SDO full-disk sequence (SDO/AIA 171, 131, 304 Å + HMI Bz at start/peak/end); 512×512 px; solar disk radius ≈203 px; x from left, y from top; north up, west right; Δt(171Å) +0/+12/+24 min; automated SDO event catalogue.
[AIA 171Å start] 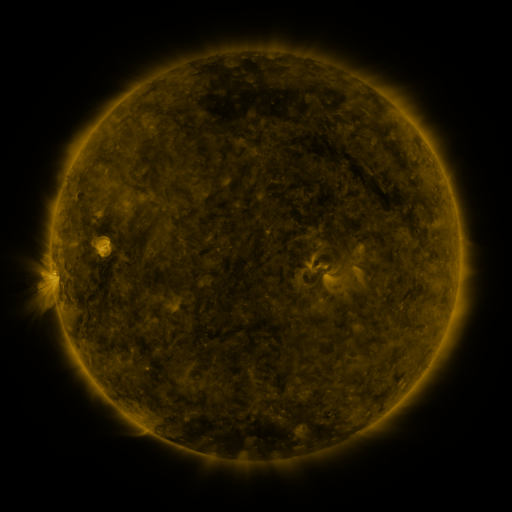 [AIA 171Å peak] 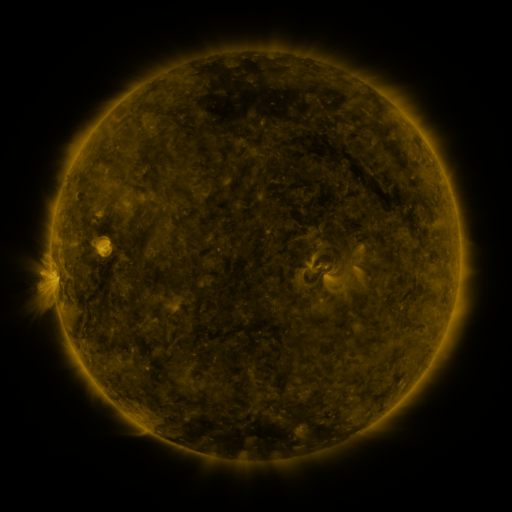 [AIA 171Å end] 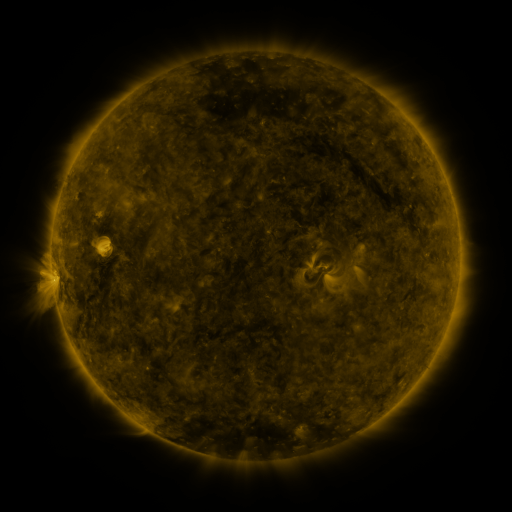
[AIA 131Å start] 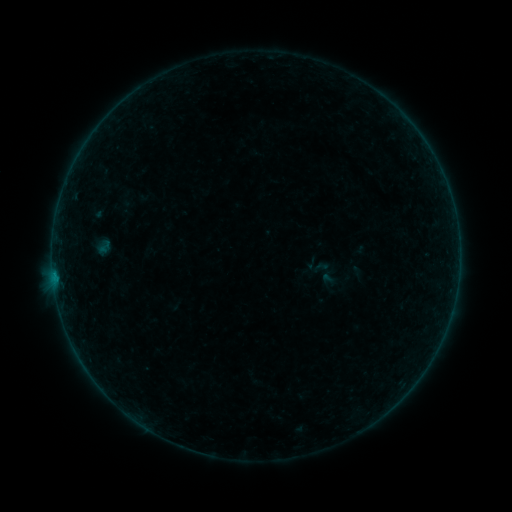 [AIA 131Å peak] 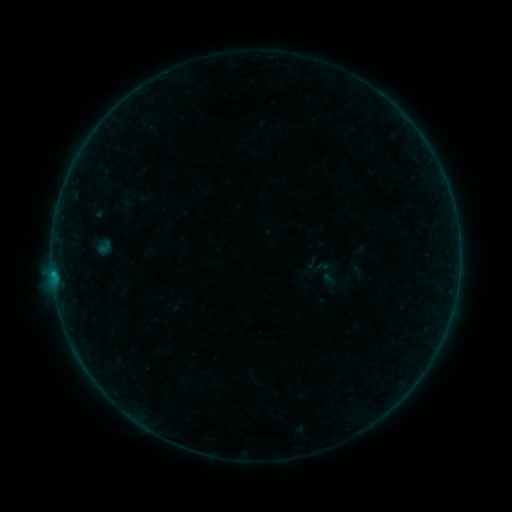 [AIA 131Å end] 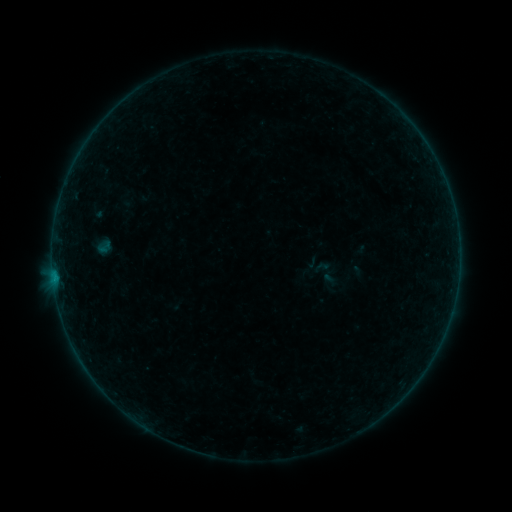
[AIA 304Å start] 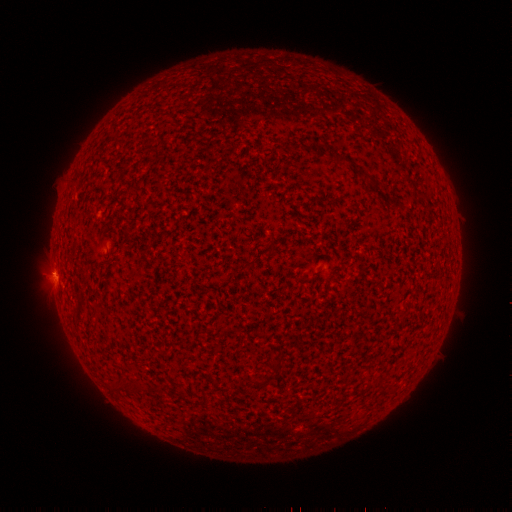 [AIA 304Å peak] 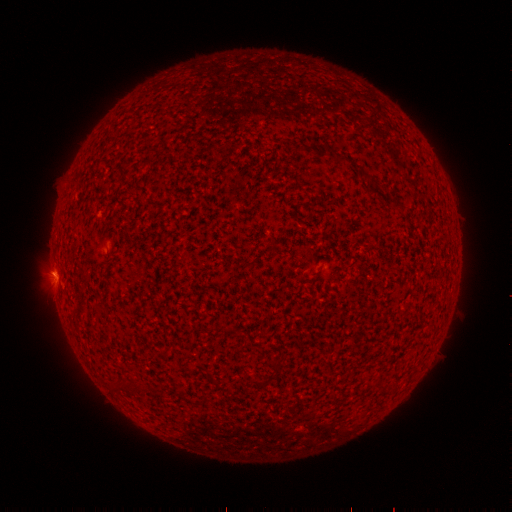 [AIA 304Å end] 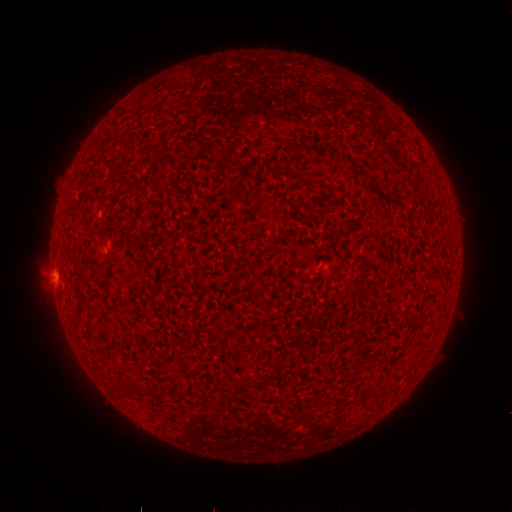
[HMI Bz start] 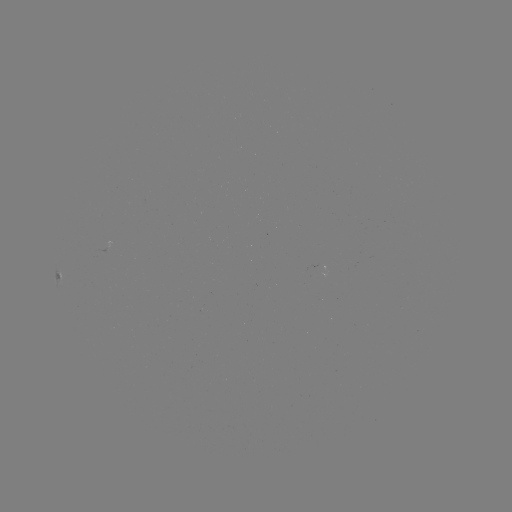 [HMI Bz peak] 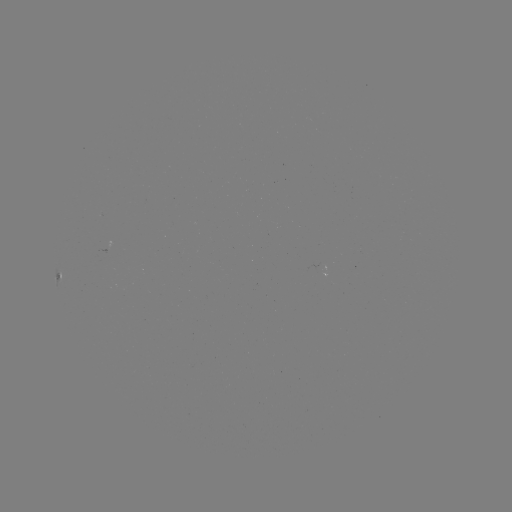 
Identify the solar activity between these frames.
B3.0 flare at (53, 273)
